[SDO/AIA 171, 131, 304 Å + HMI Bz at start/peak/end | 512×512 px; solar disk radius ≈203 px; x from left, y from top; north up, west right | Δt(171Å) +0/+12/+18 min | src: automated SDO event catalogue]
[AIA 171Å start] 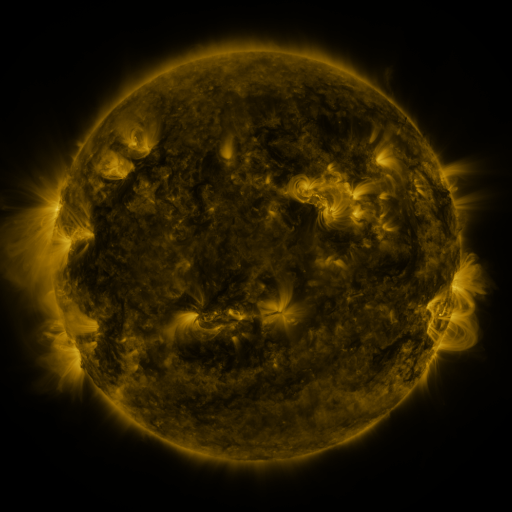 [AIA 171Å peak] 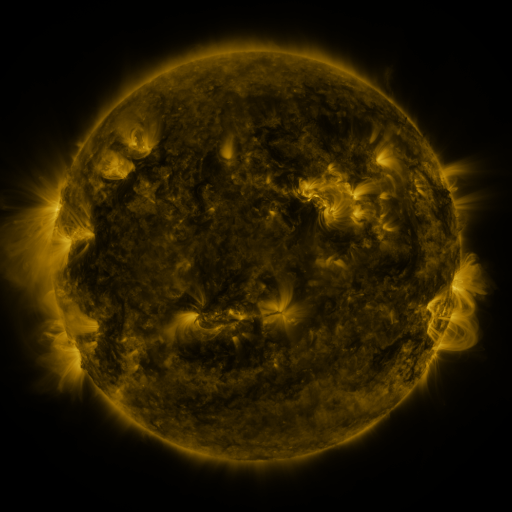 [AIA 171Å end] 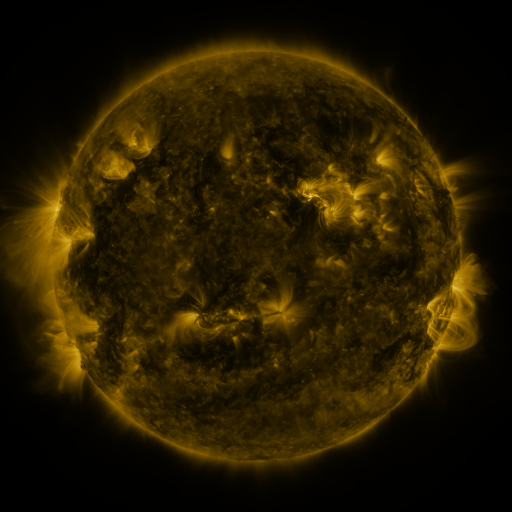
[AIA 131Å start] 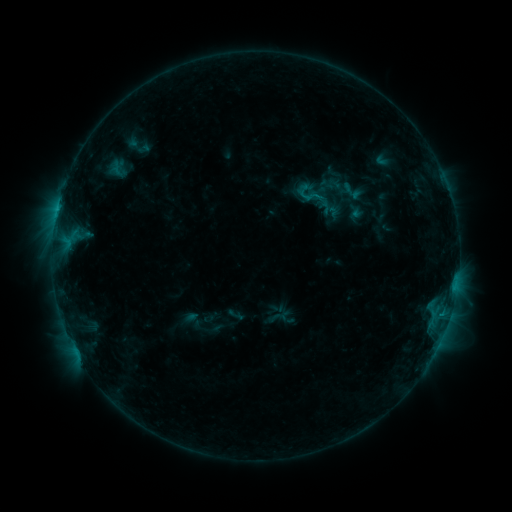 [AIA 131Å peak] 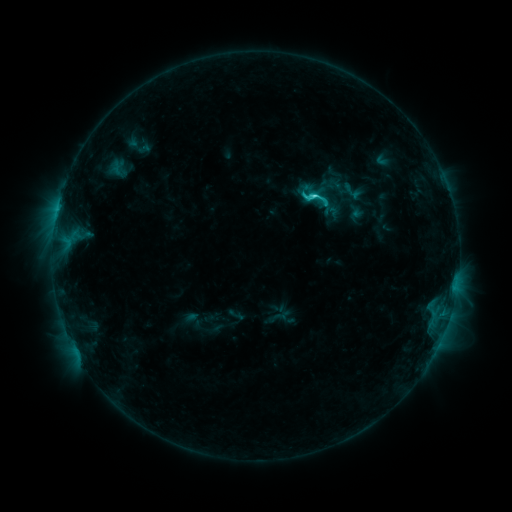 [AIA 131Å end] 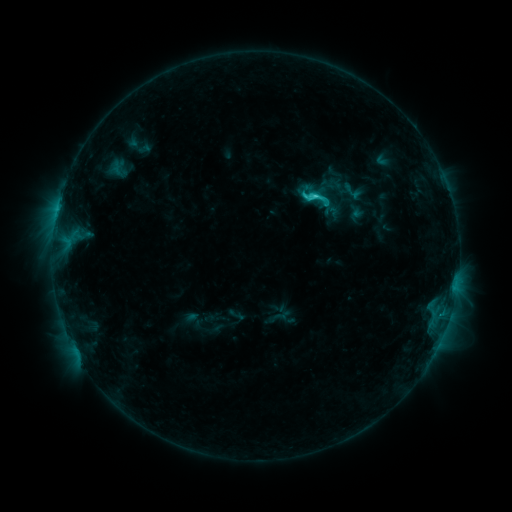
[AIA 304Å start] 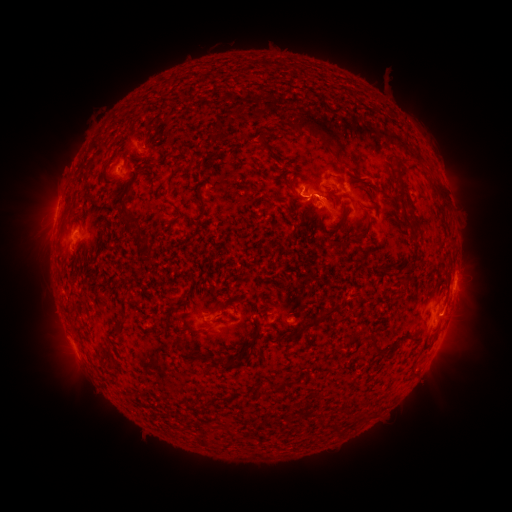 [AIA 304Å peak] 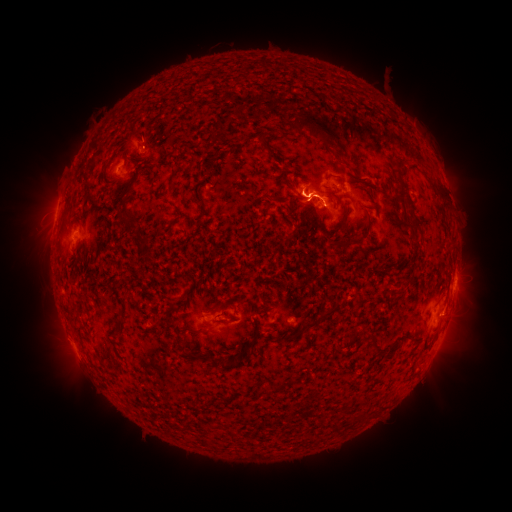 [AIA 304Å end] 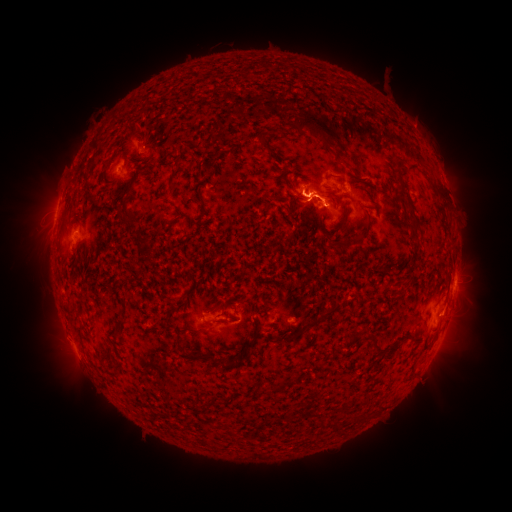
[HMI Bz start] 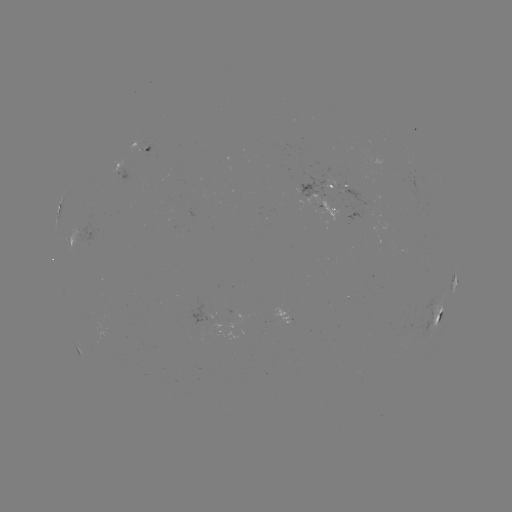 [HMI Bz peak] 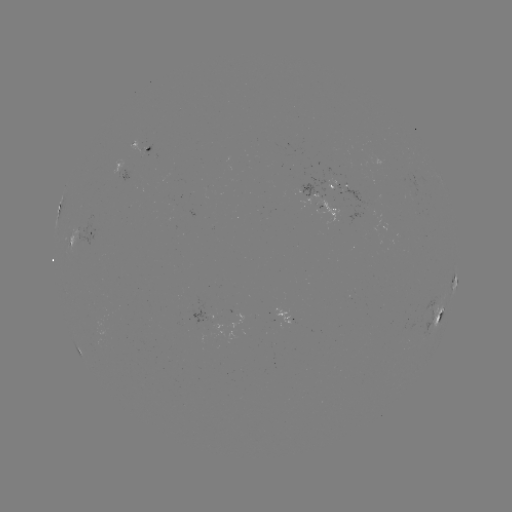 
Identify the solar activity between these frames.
C2.5 flare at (314, 199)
